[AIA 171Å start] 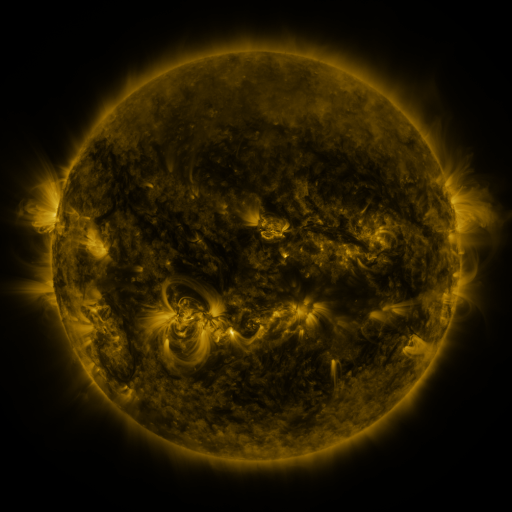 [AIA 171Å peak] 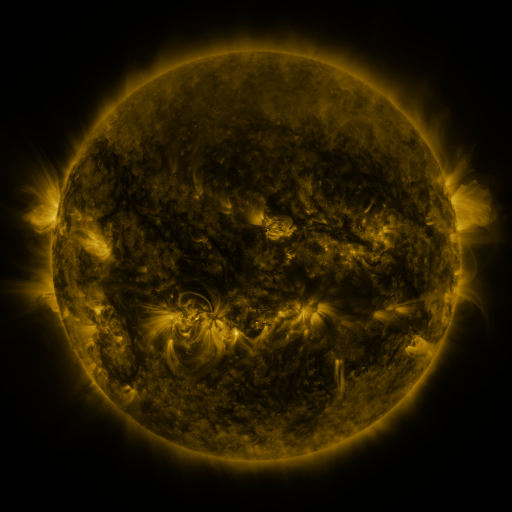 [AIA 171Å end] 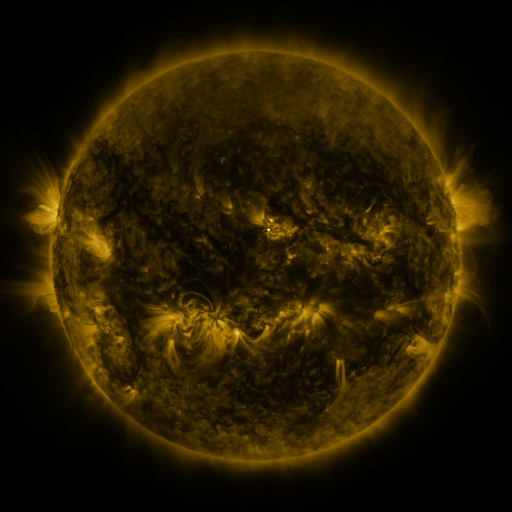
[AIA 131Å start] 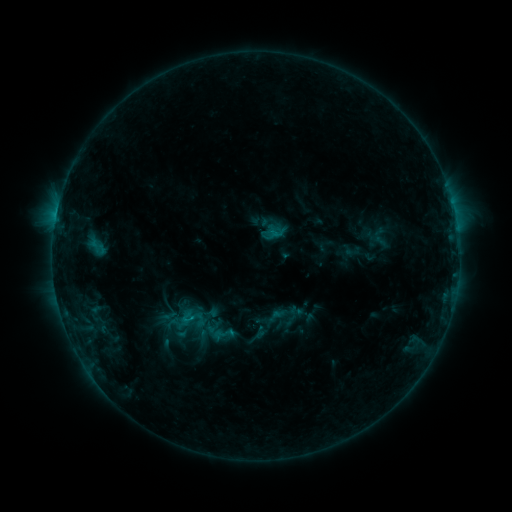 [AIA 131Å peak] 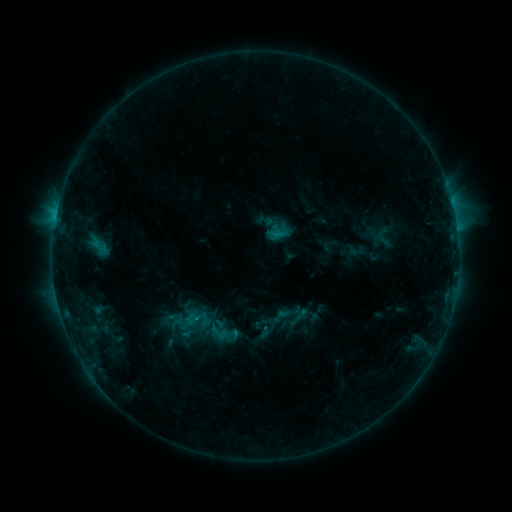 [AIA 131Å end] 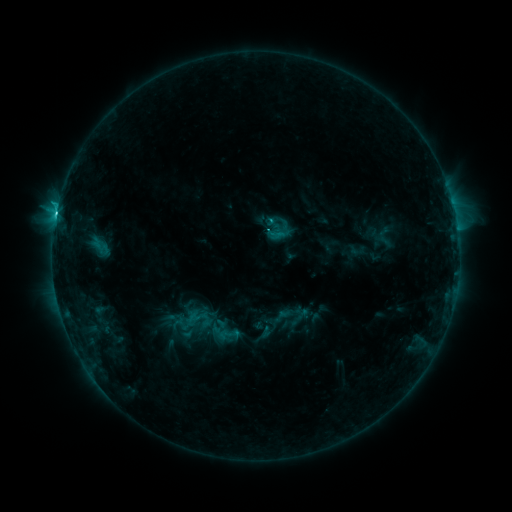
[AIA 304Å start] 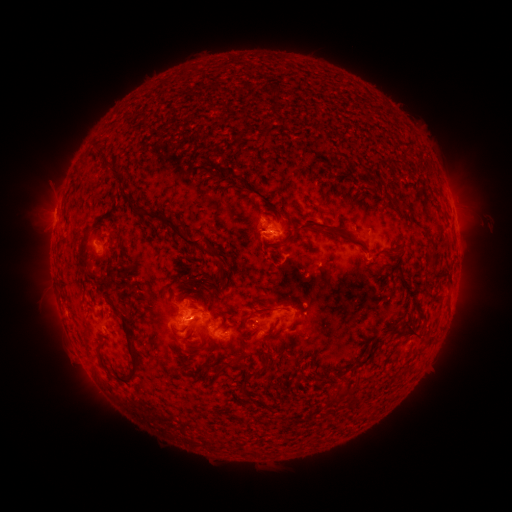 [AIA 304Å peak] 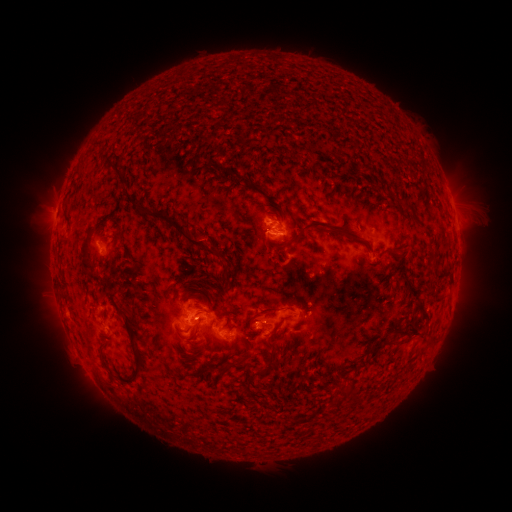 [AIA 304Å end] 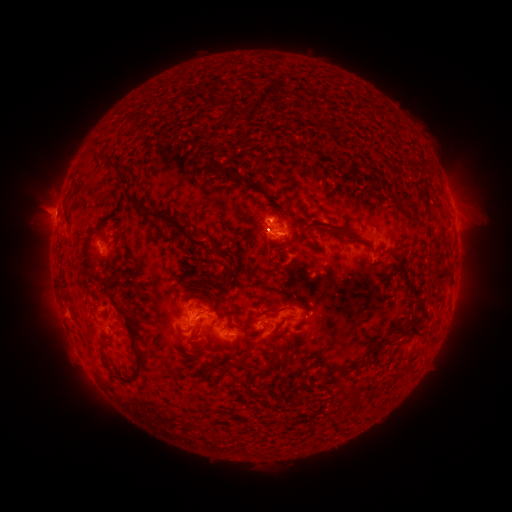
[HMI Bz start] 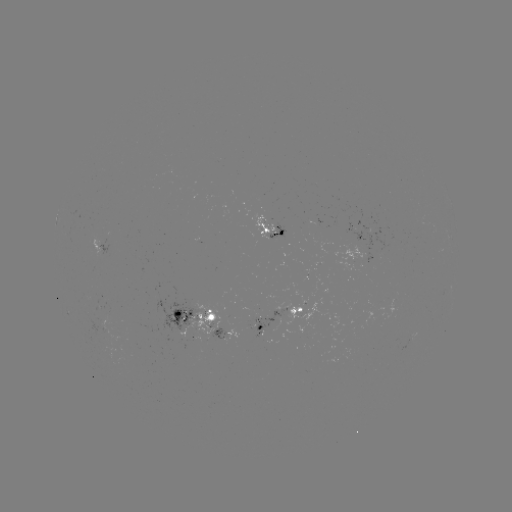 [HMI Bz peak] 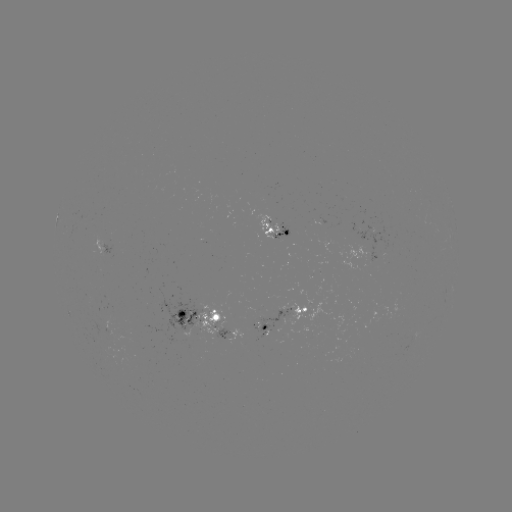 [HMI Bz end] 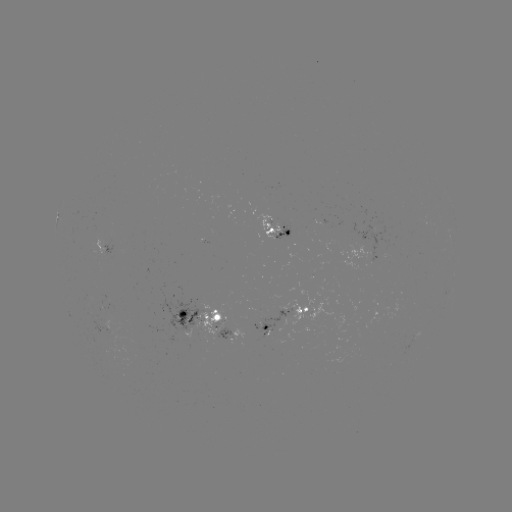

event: emerging-flux region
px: (265, 318)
